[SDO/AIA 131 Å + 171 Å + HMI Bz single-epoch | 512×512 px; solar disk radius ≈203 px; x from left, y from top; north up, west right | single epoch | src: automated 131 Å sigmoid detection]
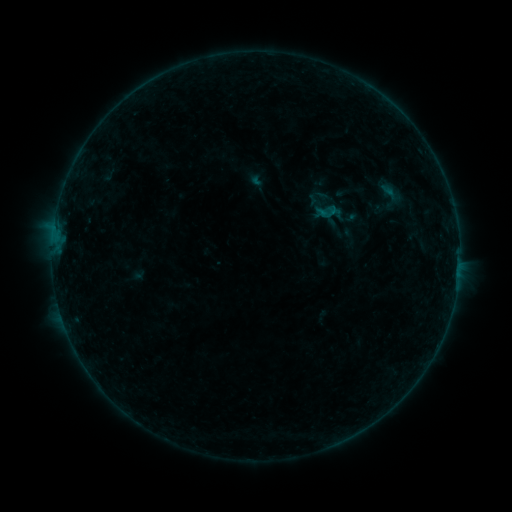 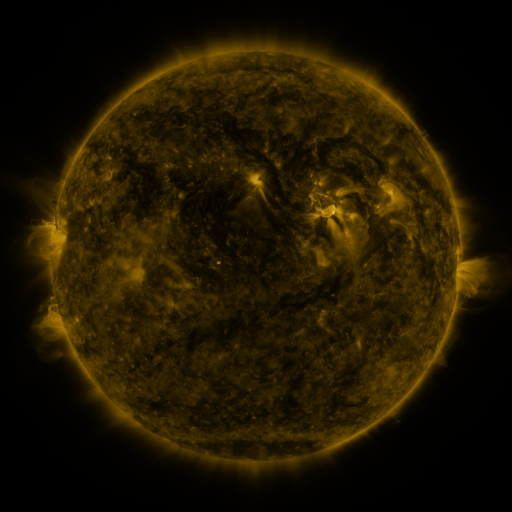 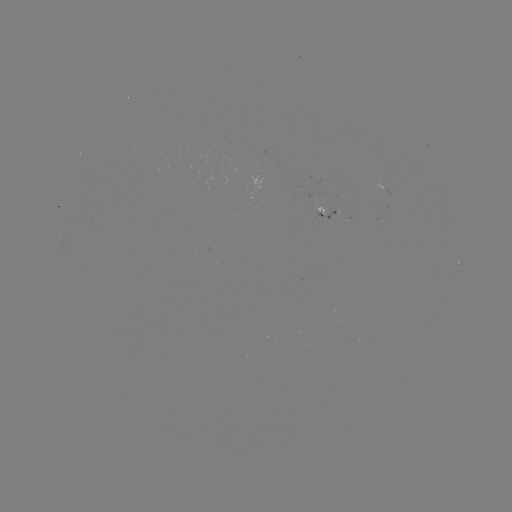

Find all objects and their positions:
sigmoid: <bbox>306, 192, 339, 225</bbox>
